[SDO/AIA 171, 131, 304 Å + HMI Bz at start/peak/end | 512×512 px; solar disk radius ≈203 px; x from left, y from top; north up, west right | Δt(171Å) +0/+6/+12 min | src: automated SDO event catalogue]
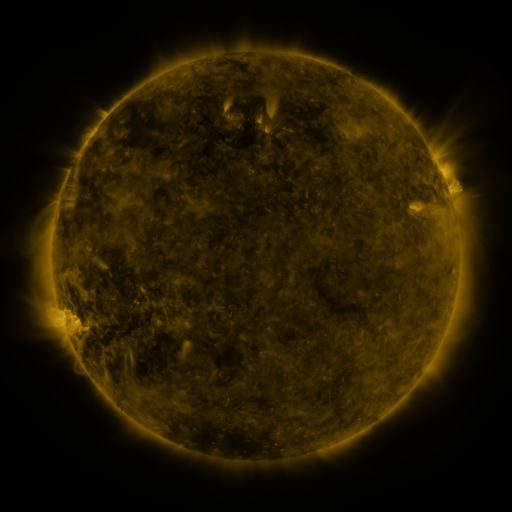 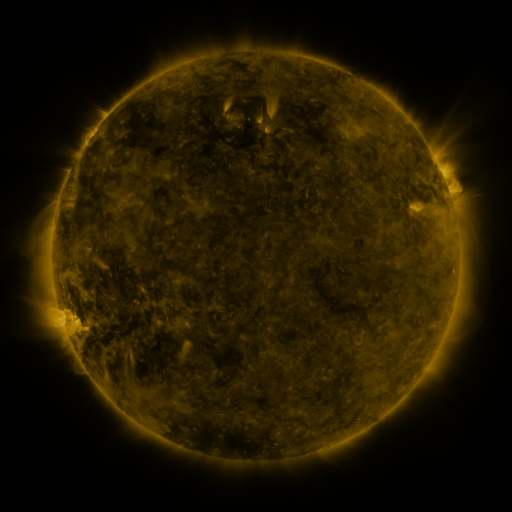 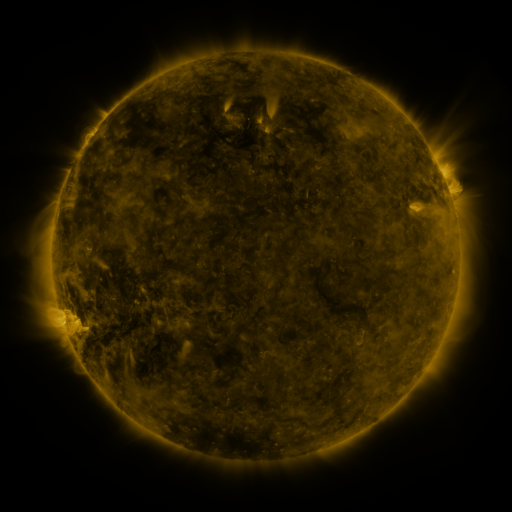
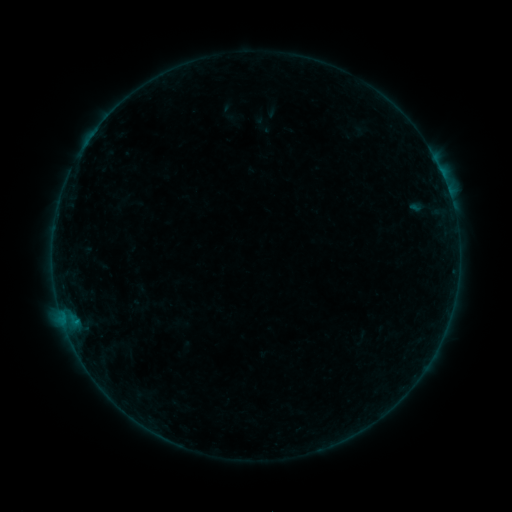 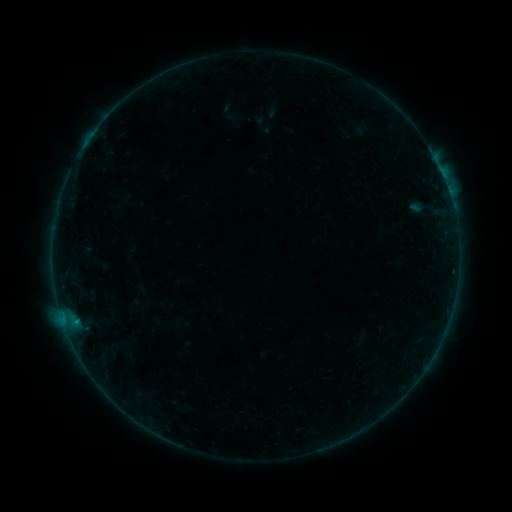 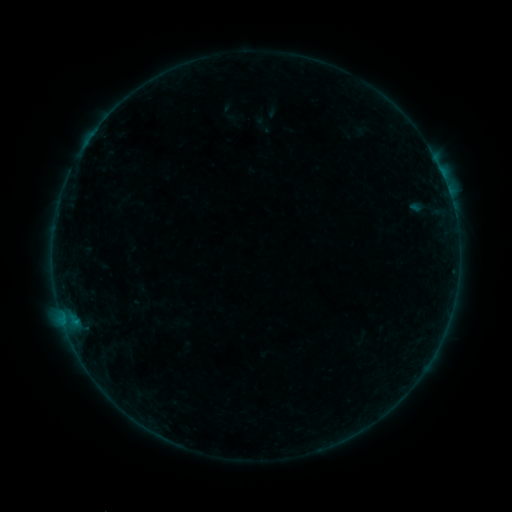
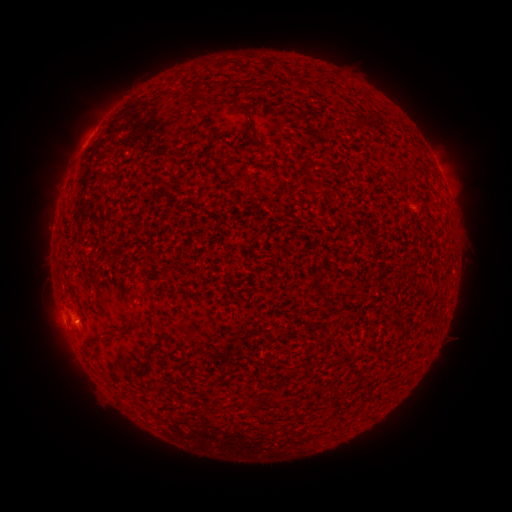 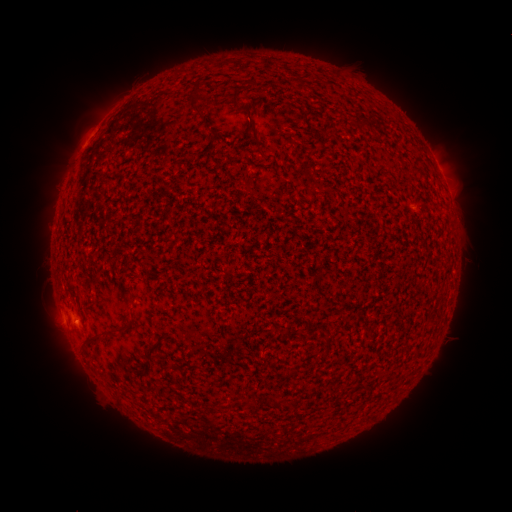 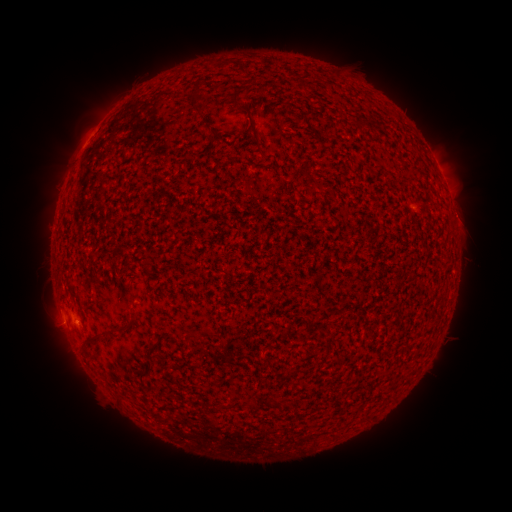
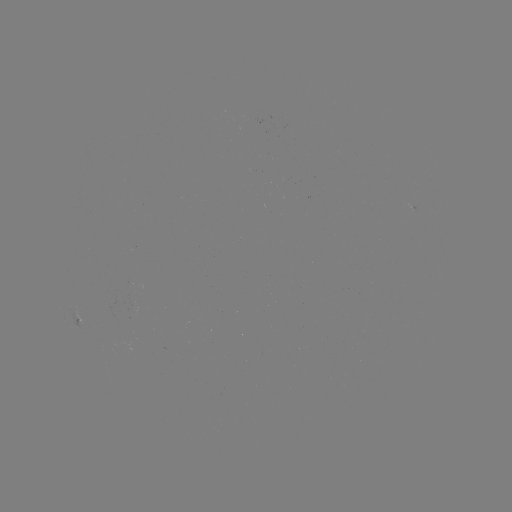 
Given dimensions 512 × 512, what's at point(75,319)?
B1.6 flare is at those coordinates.